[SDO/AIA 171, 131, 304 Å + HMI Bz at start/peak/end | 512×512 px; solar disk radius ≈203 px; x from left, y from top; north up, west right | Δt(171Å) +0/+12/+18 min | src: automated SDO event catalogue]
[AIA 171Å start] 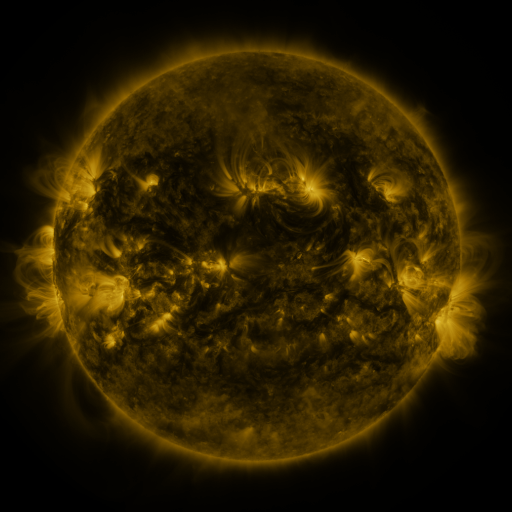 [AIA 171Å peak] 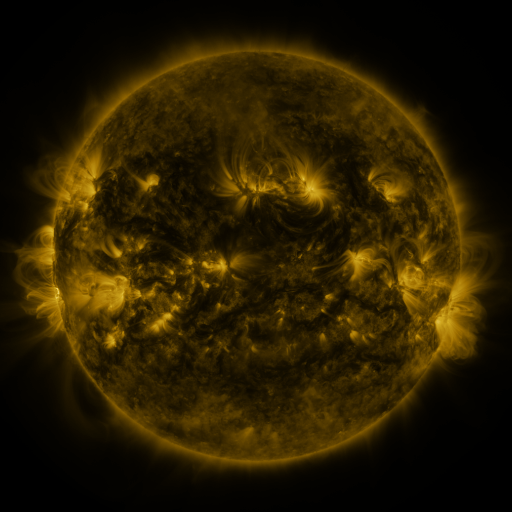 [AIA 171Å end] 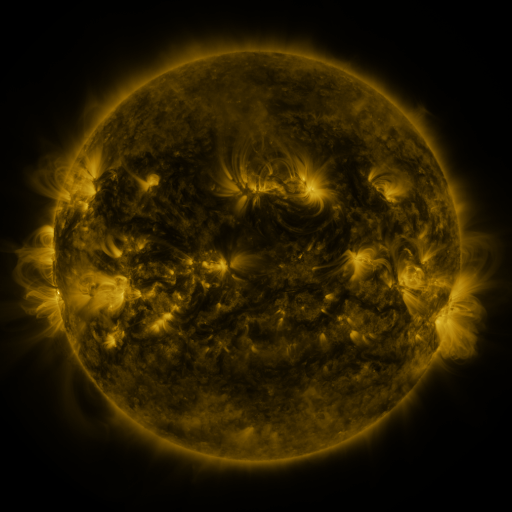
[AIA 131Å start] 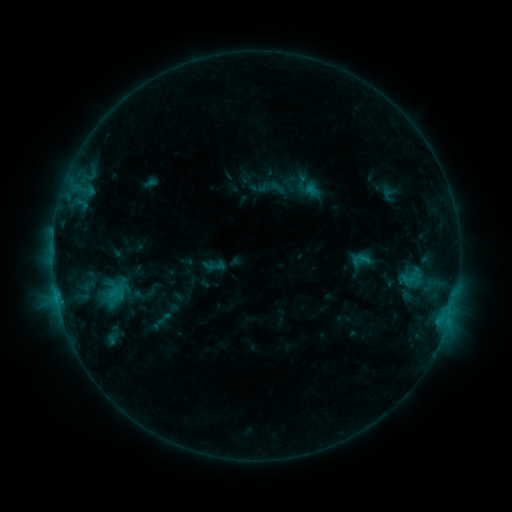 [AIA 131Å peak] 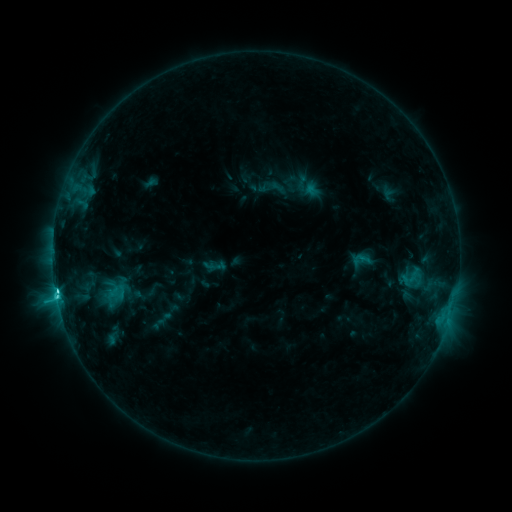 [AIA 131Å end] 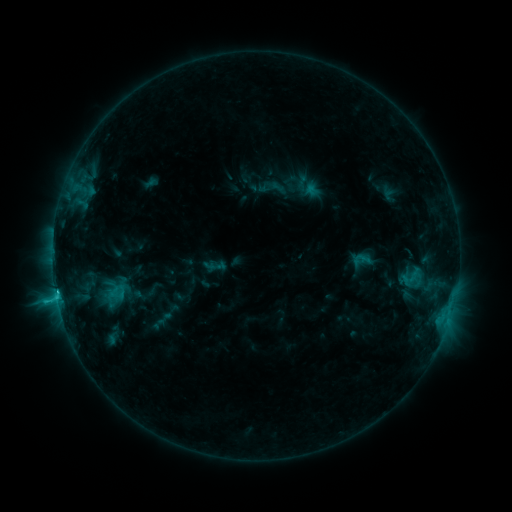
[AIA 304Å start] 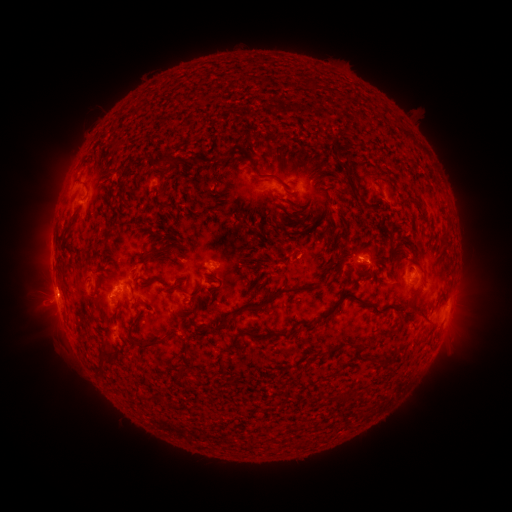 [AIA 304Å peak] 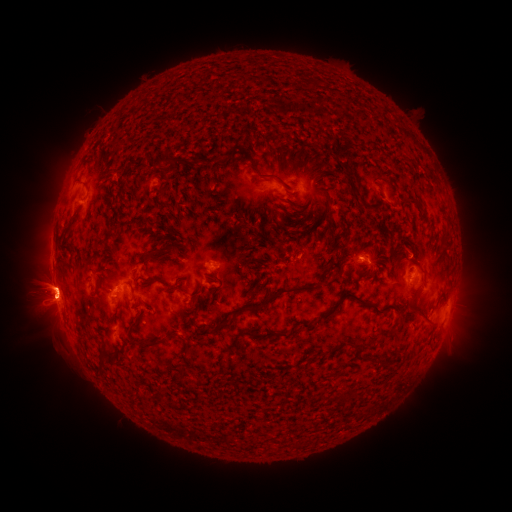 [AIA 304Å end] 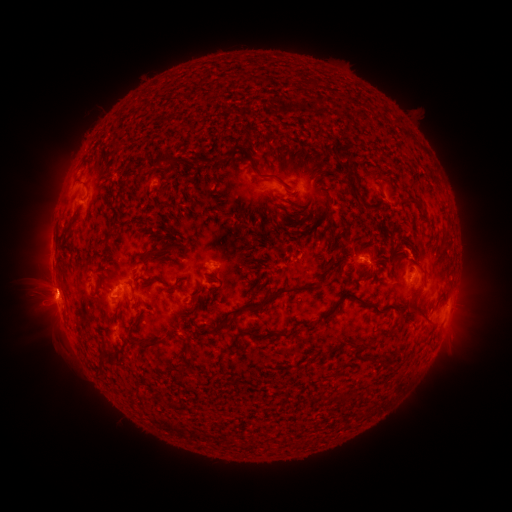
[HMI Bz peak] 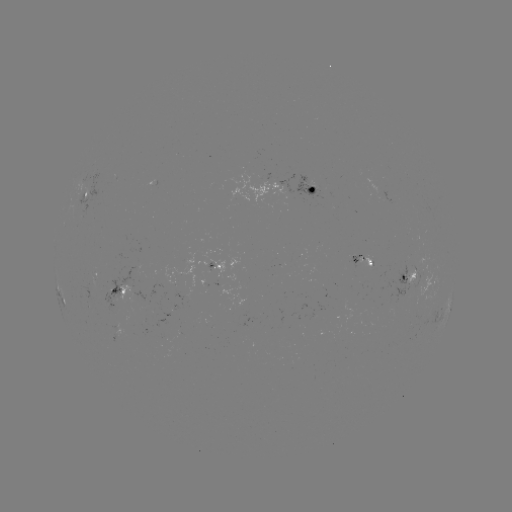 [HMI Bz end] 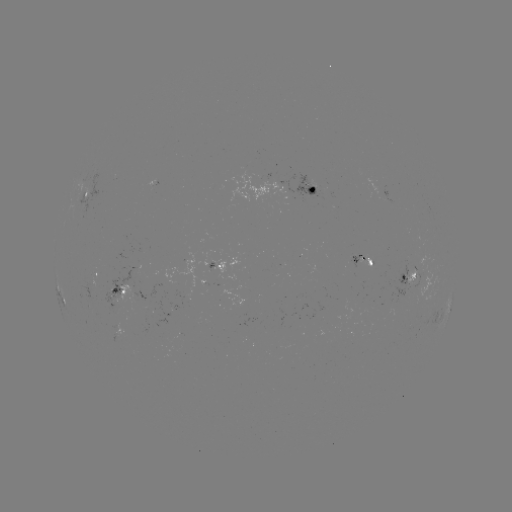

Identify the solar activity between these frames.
C3.3 flare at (57, 295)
